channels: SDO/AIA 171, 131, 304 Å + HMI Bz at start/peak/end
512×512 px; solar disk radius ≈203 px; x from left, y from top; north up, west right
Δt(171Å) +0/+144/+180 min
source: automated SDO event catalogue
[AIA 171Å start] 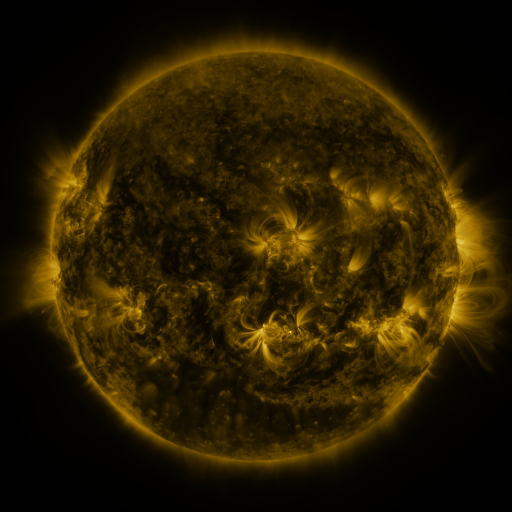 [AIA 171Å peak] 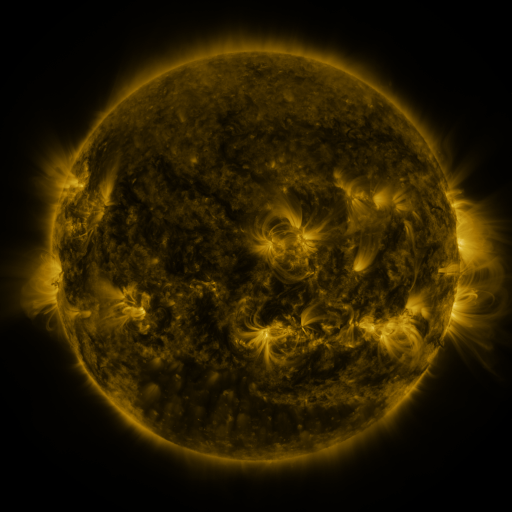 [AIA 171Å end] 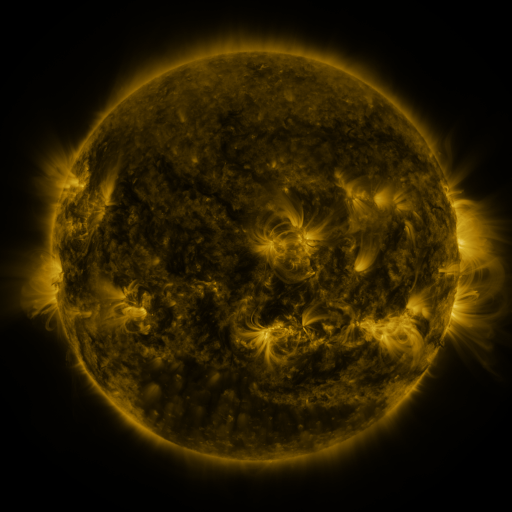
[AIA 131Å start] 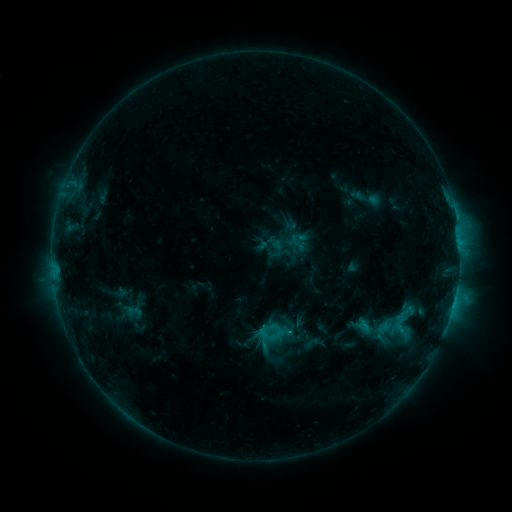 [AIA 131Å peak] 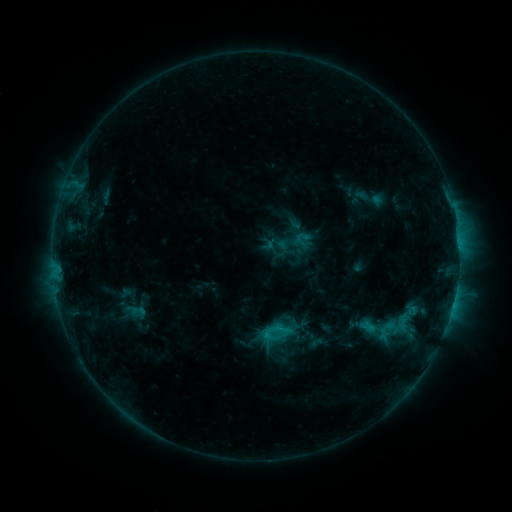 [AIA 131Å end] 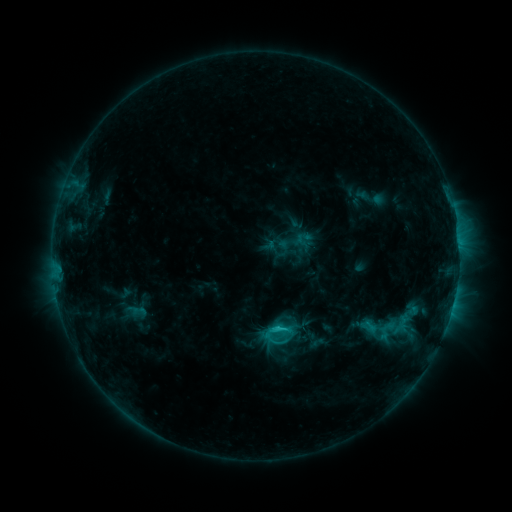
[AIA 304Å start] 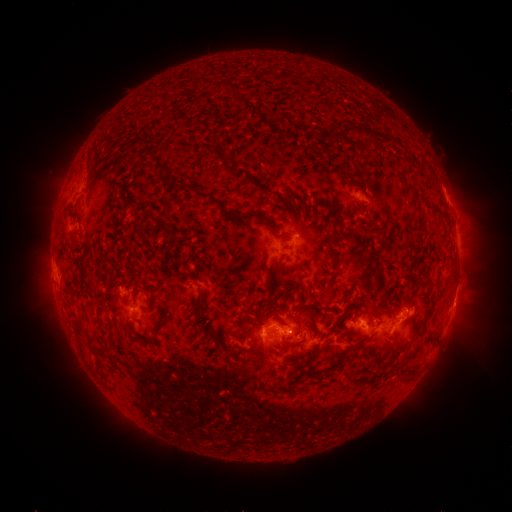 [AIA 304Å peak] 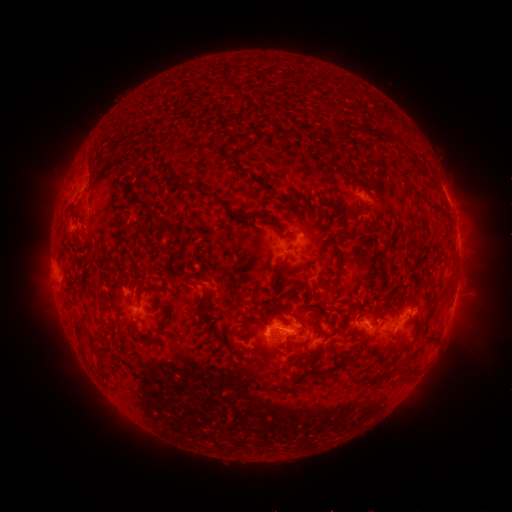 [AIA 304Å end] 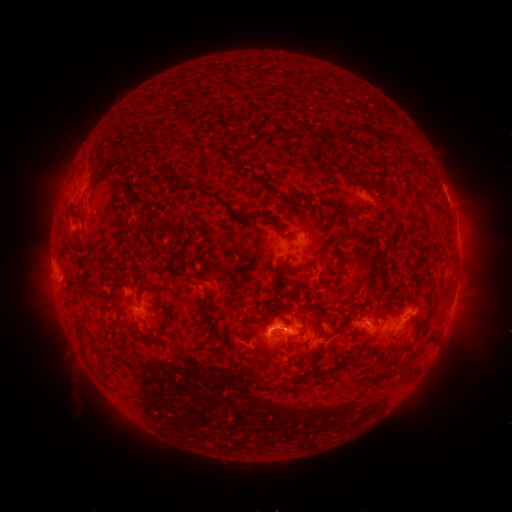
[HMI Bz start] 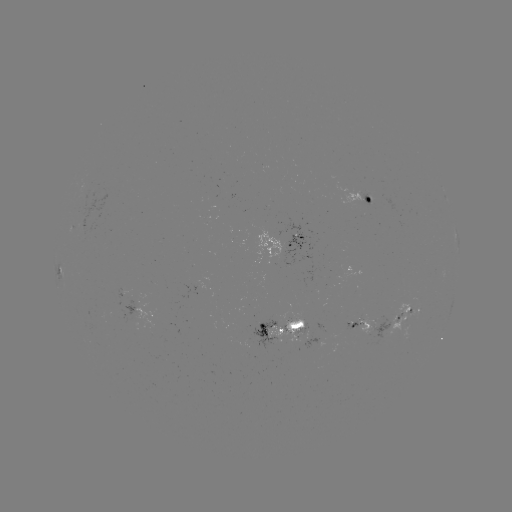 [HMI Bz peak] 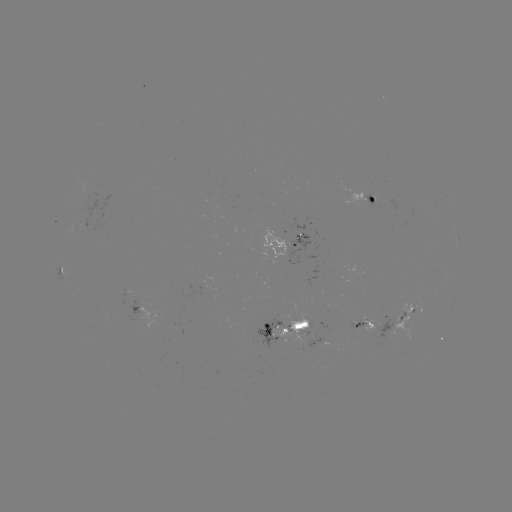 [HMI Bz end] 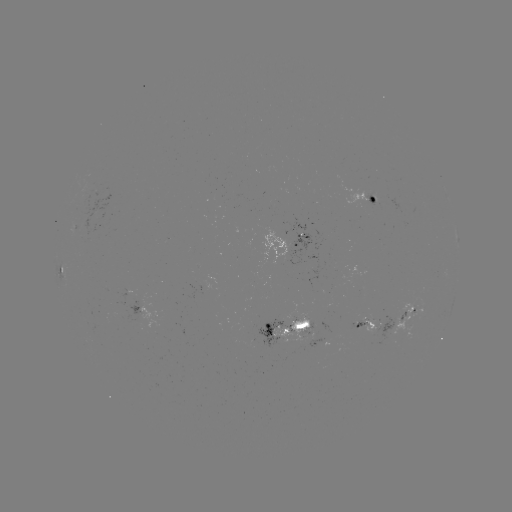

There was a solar emerging-flux region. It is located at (357, 327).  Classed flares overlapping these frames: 2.